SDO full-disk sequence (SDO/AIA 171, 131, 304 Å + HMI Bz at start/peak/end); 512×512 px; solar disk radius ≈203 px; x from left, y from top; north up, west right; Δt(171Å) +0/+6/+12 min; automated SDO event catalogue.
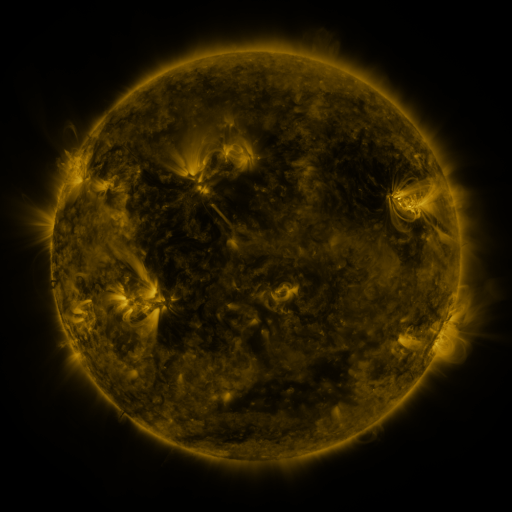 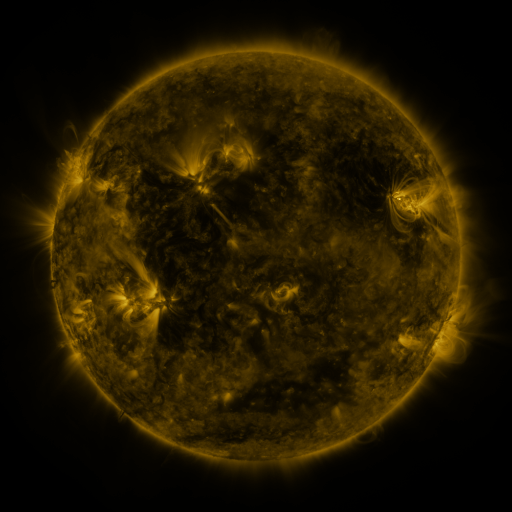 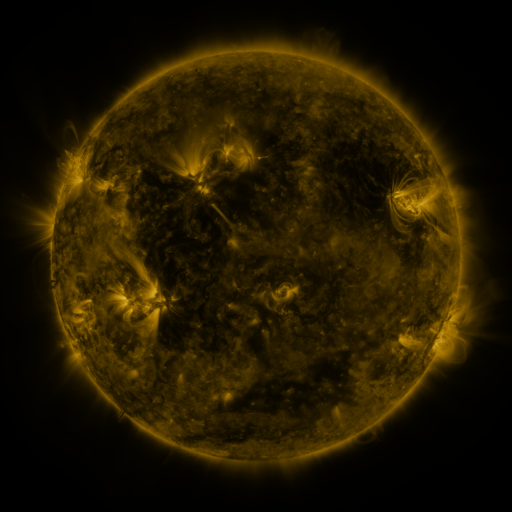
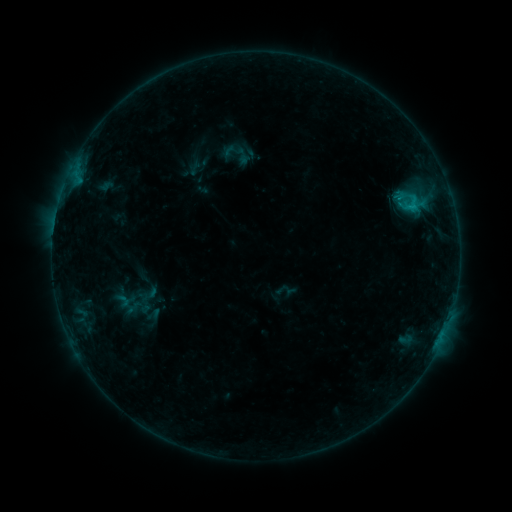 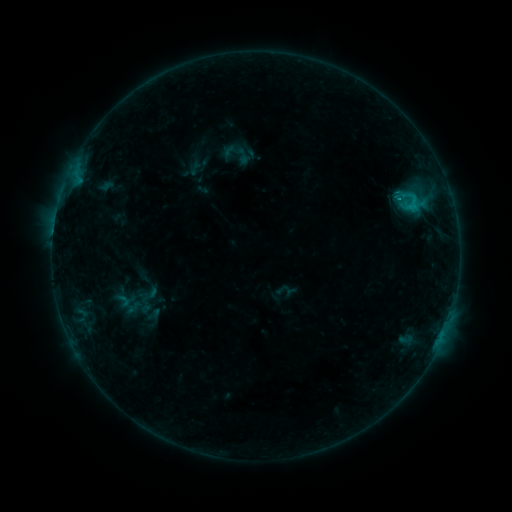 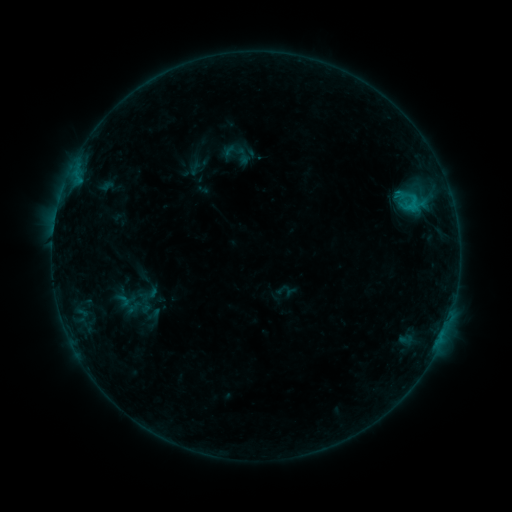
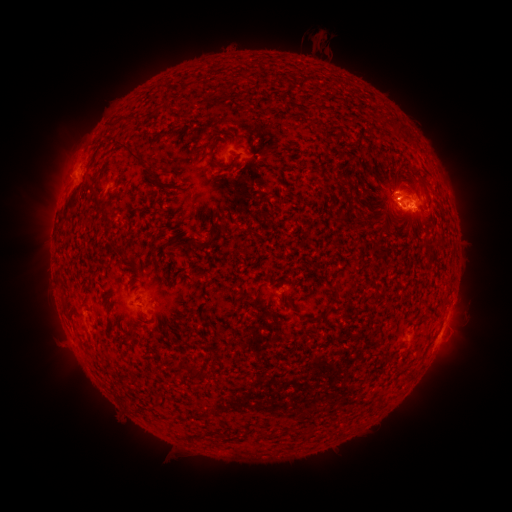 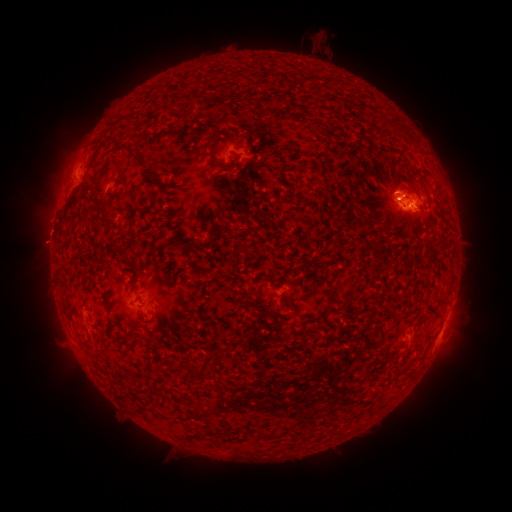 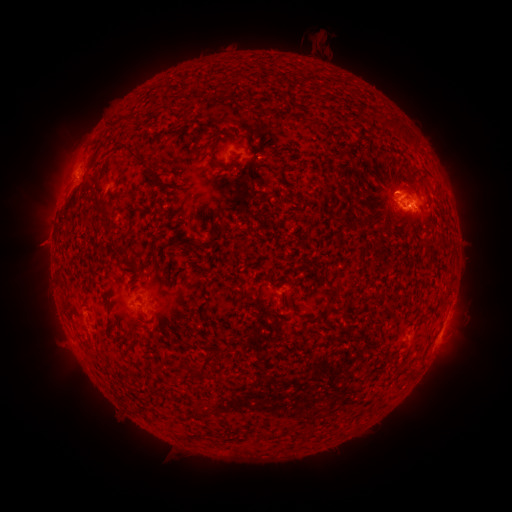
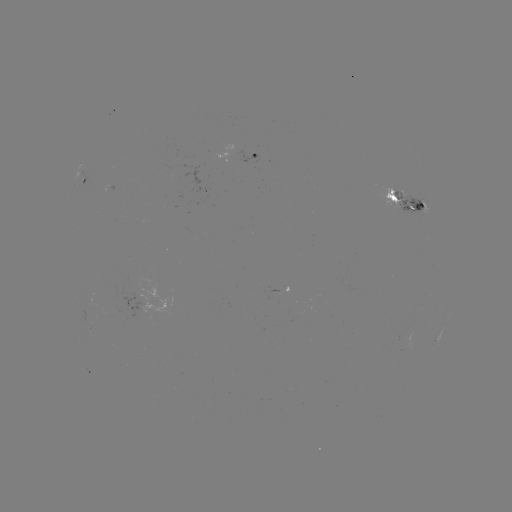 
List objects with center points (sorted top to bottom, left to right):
eruption: (61, 323)
